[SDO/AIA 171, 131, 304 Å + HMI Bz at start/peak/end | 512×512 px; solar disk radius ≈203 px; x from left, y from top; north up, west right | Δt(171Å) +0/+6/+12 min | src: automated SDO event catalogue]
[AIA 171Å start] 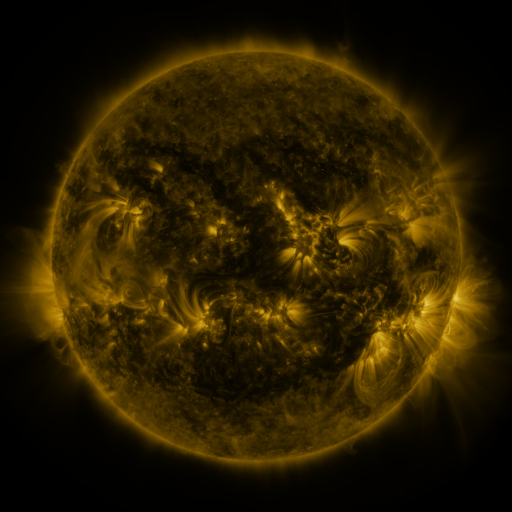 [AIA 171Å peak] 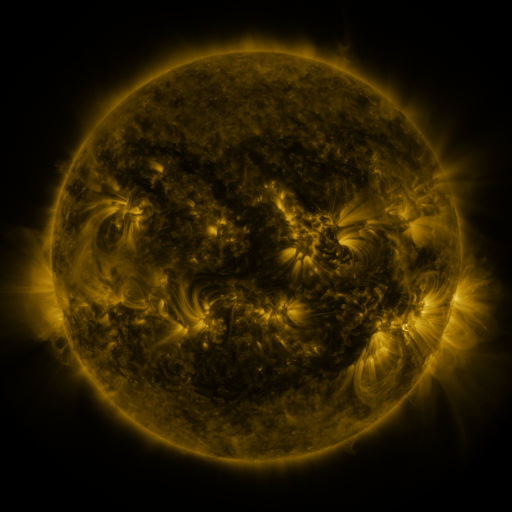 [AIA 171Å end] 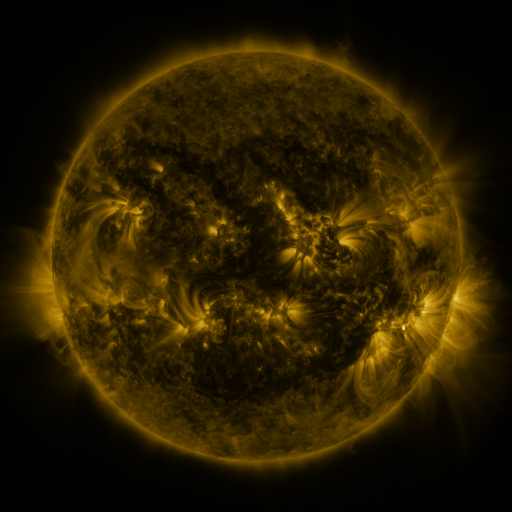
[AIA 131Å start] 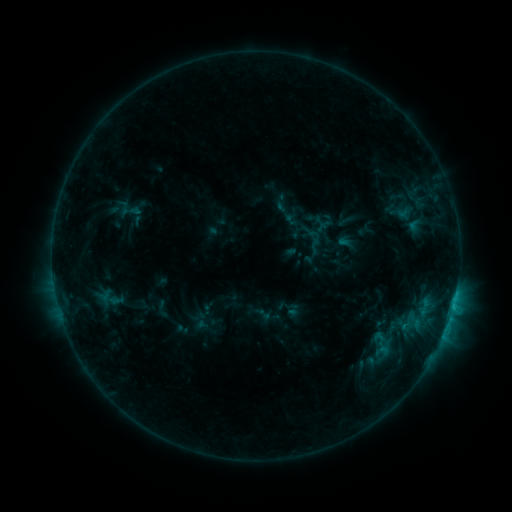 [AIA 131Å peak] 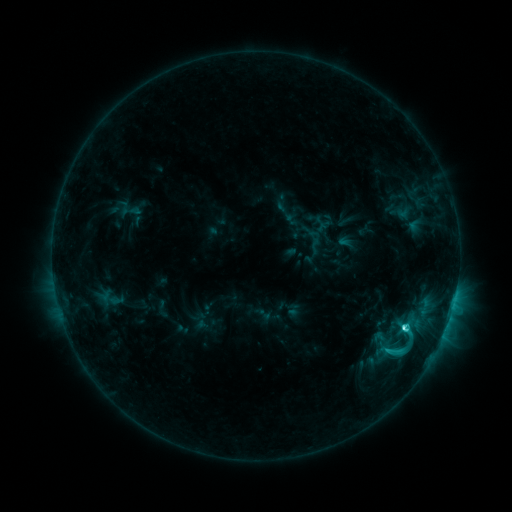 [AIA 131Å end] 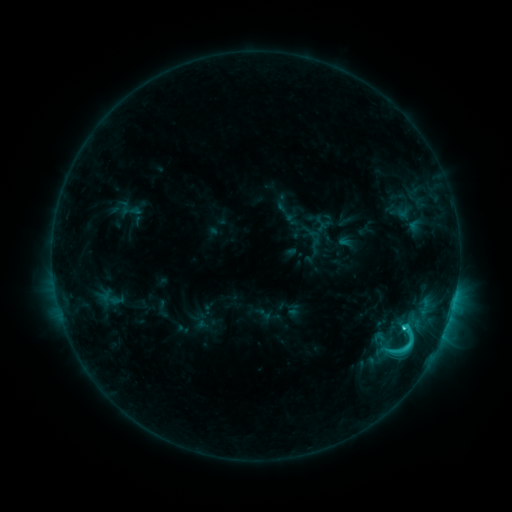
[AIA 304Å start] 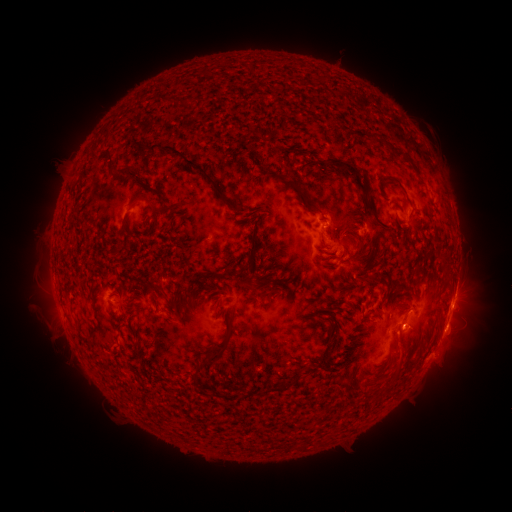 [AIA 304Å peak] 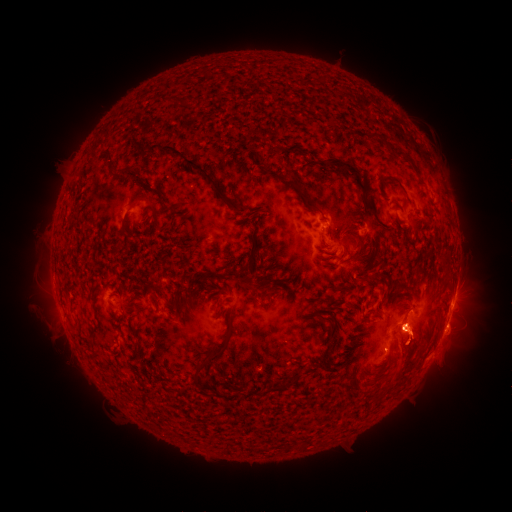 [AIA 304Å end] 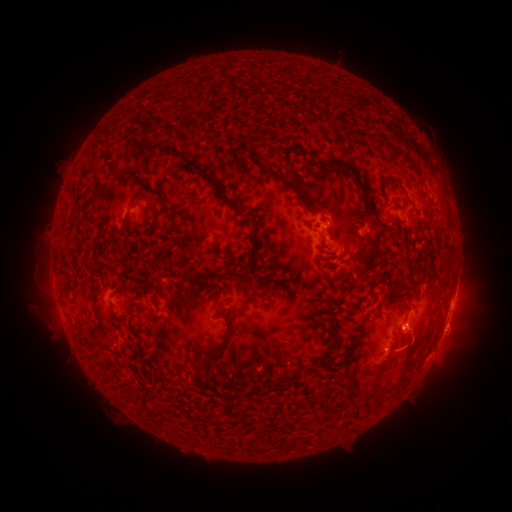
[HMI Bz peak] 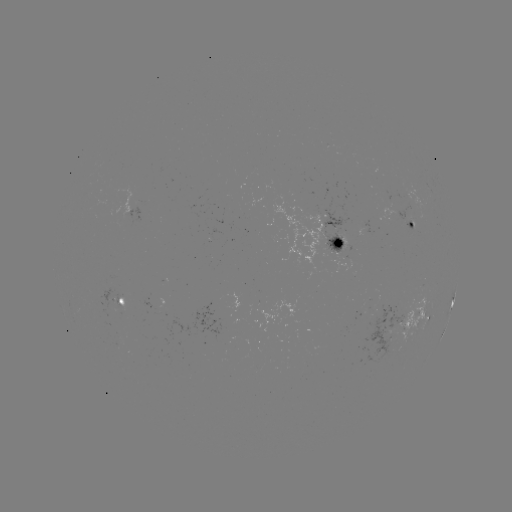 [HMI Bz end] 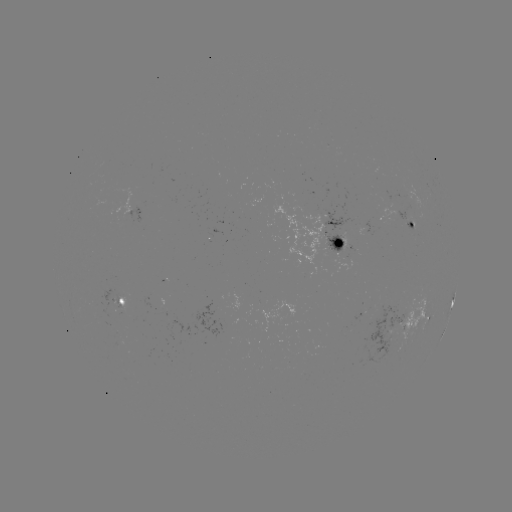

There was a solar flare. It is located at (403, 327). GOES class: C4.6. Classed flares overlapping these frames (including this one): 1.